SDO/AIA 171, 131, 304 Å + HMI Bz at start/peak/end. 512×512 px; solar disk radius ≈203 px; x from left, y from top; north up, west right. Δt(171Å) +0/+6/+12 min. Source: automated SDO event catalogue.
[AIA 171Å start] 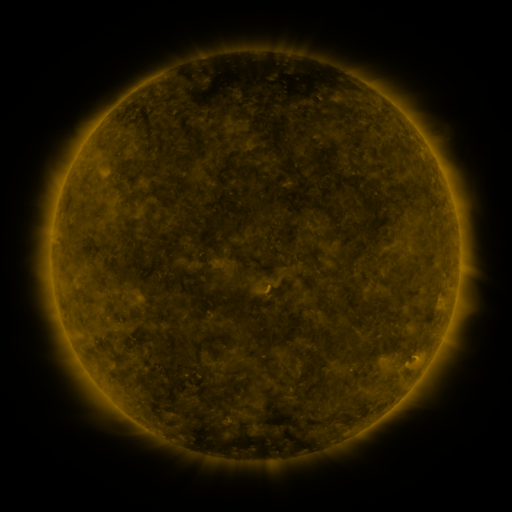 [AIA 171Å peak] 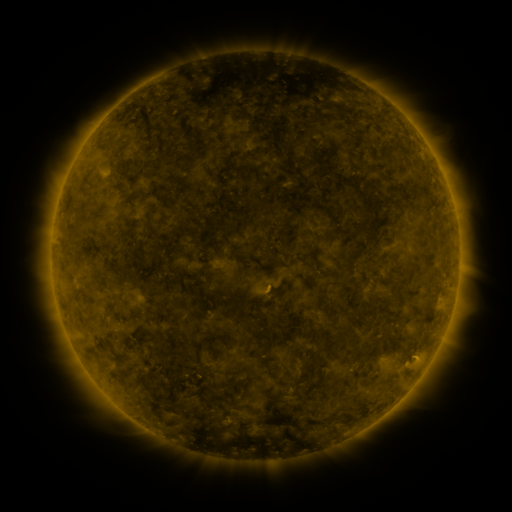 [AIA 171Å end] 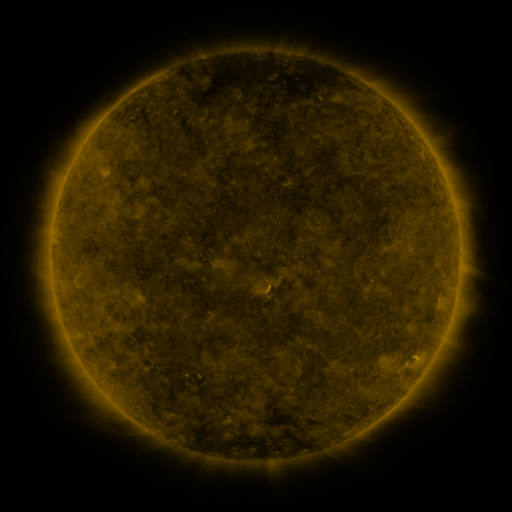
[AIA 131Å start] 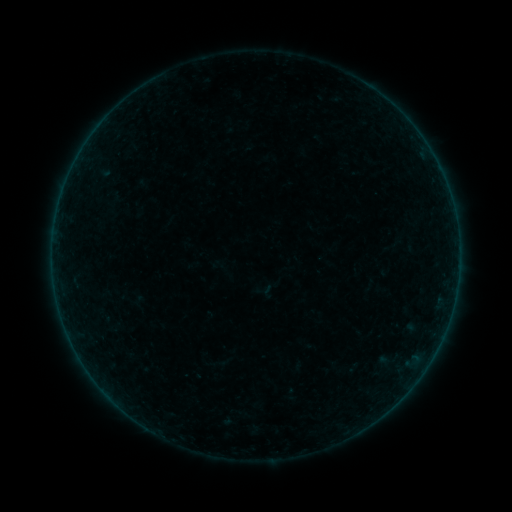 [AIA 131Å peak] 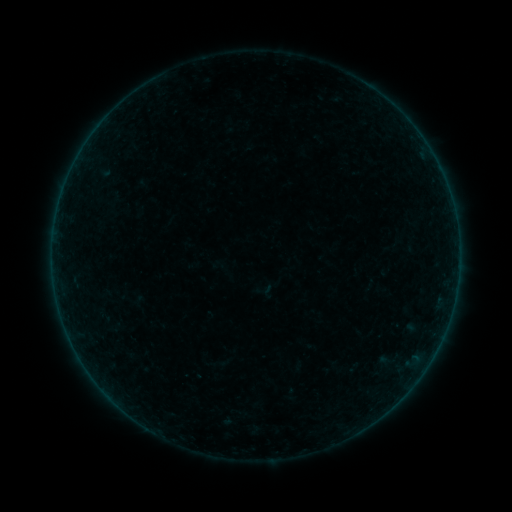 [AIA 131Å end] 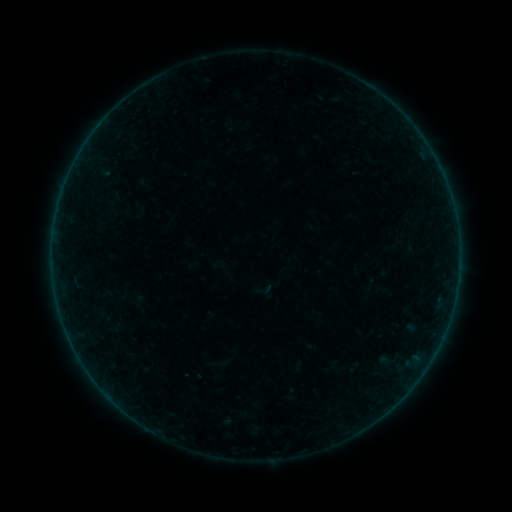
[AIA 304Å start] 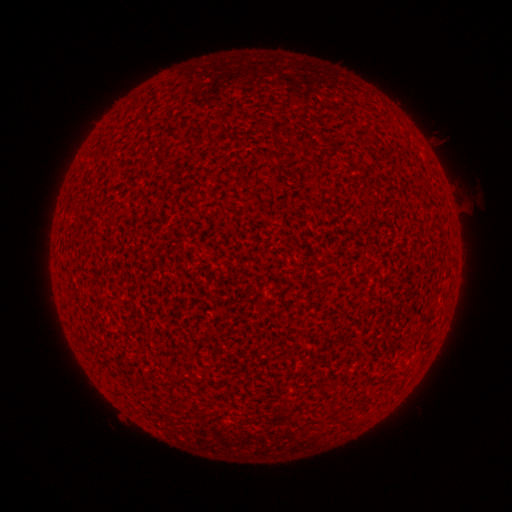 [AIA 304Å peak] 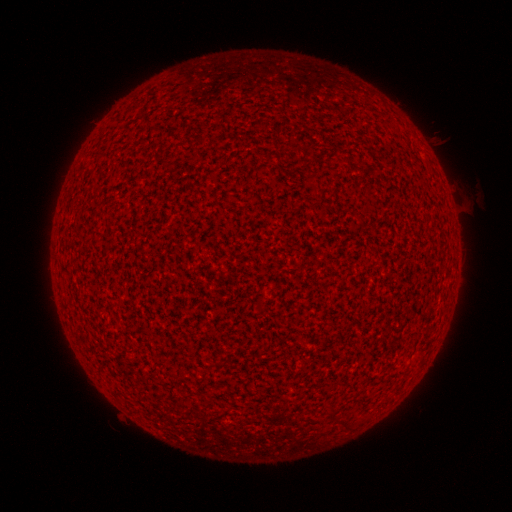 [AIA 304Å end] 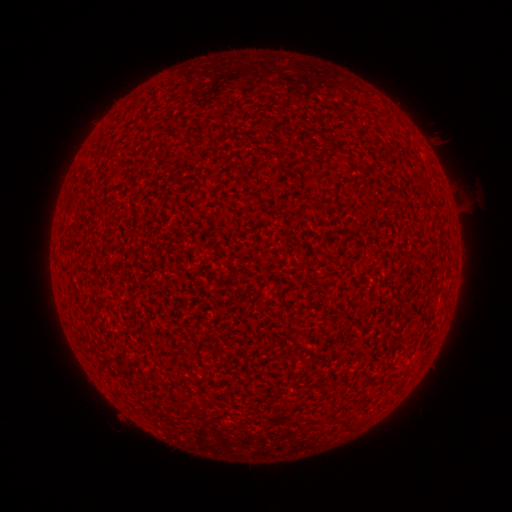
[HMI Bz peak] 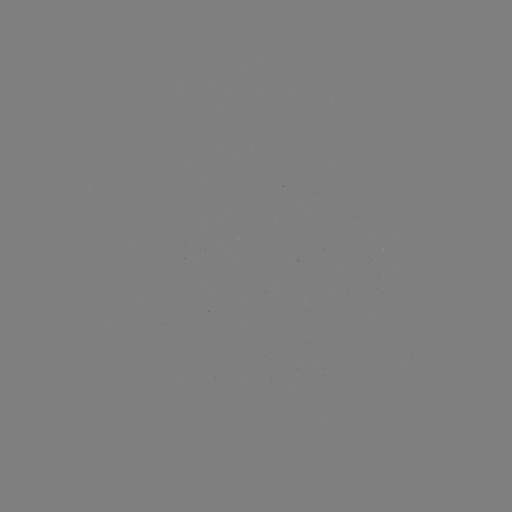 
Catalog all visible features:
A1.1 flare: (98, 129)
